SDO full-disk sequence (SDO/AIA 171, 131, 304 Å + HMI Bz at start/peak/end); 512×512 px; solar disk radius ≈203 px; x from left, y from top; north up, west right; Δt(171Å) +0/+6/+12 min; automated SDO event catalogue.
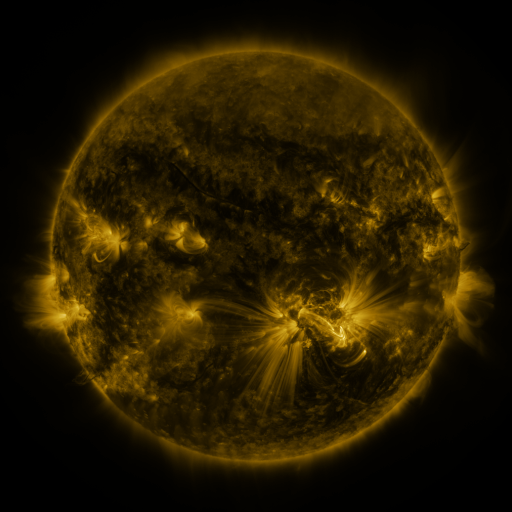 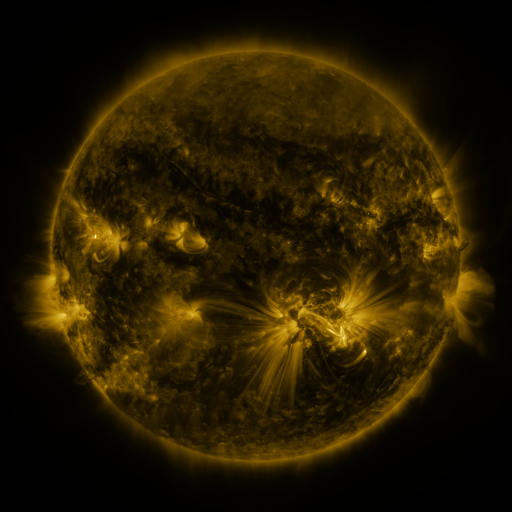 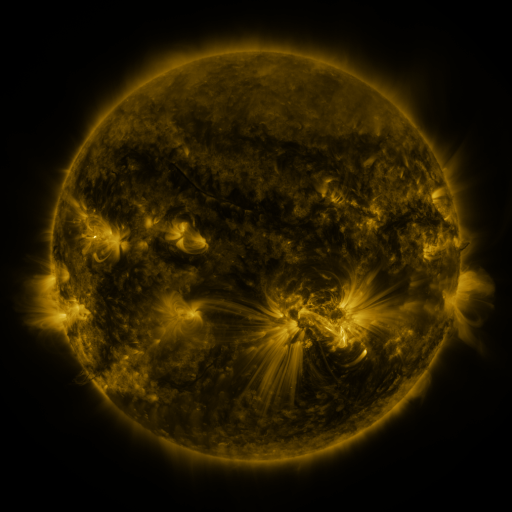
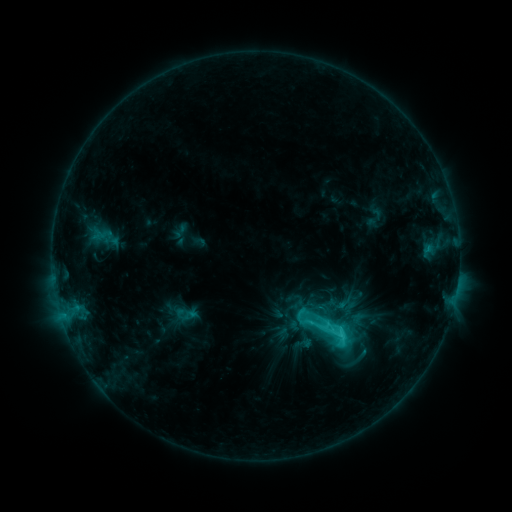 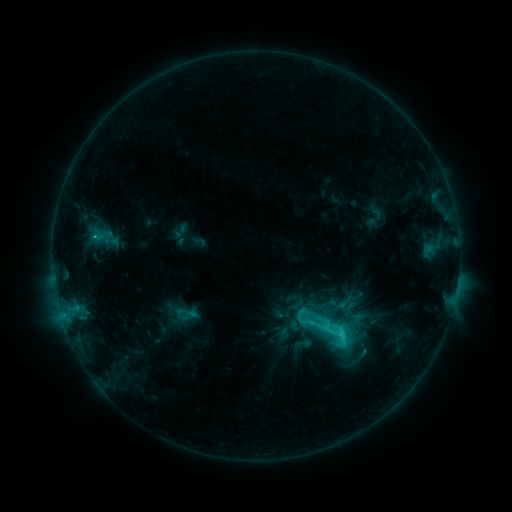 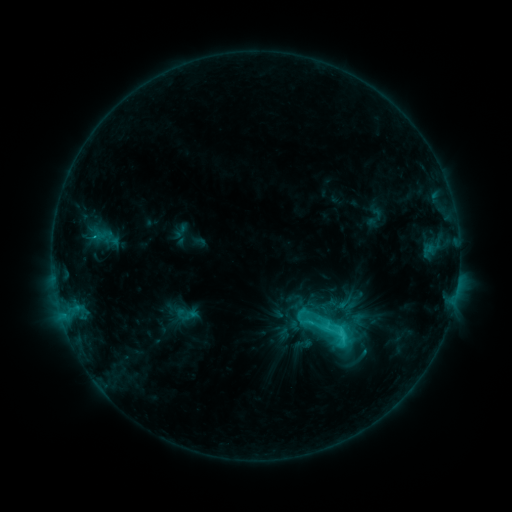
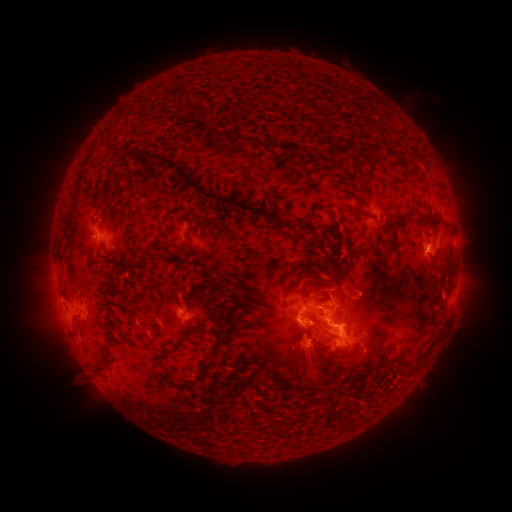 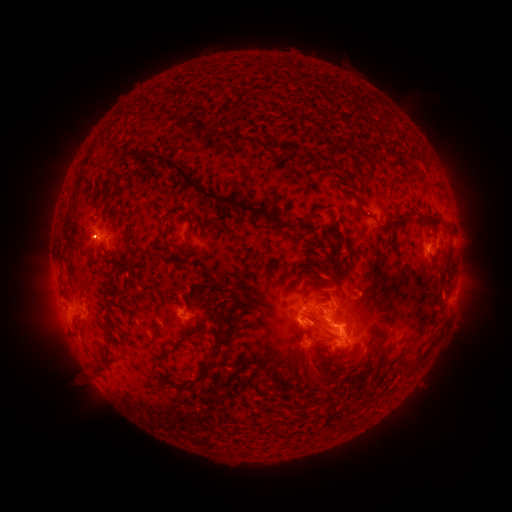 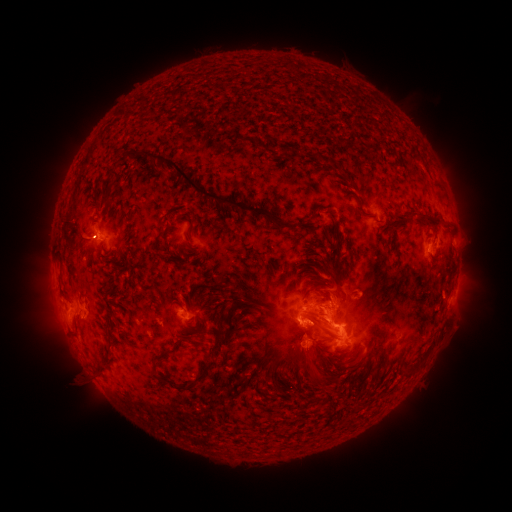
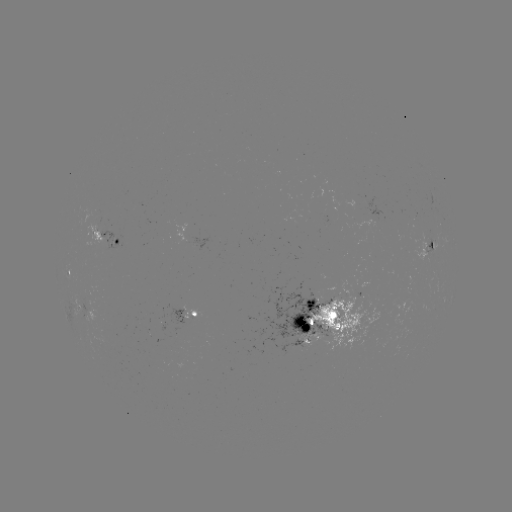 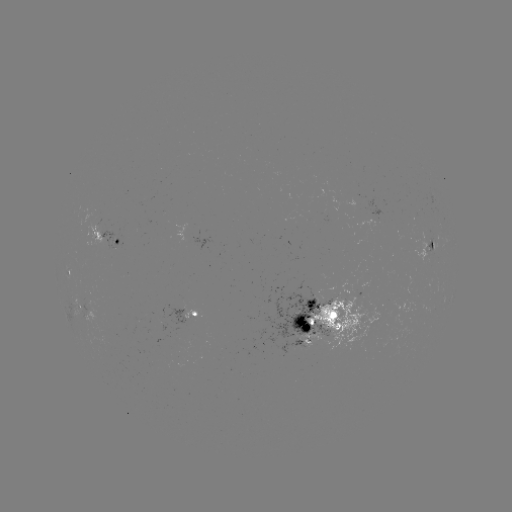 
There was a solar eruption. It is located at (88, 236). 